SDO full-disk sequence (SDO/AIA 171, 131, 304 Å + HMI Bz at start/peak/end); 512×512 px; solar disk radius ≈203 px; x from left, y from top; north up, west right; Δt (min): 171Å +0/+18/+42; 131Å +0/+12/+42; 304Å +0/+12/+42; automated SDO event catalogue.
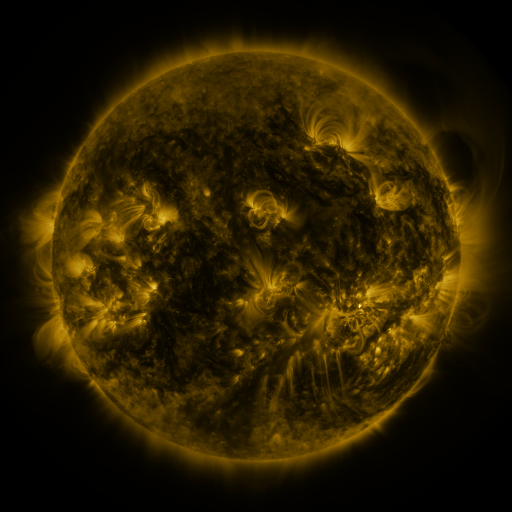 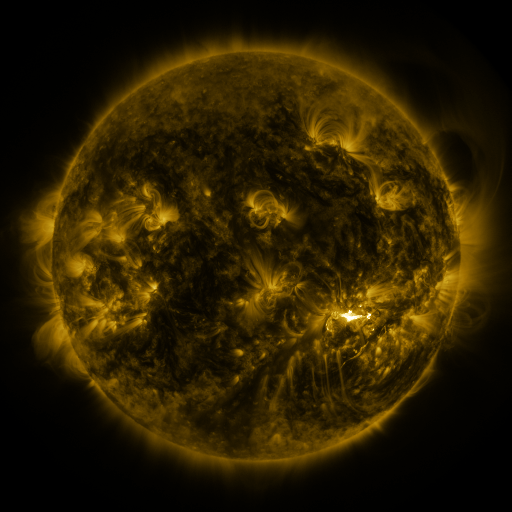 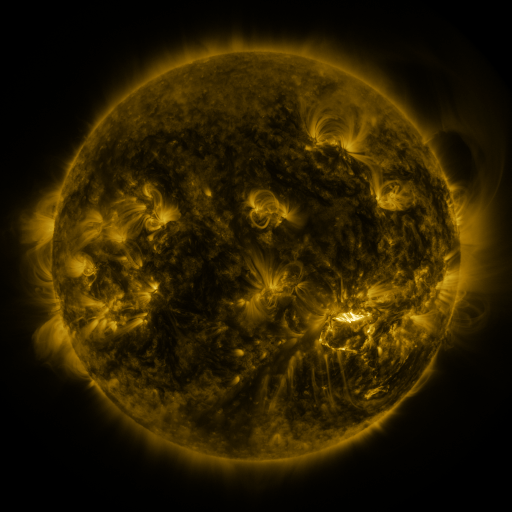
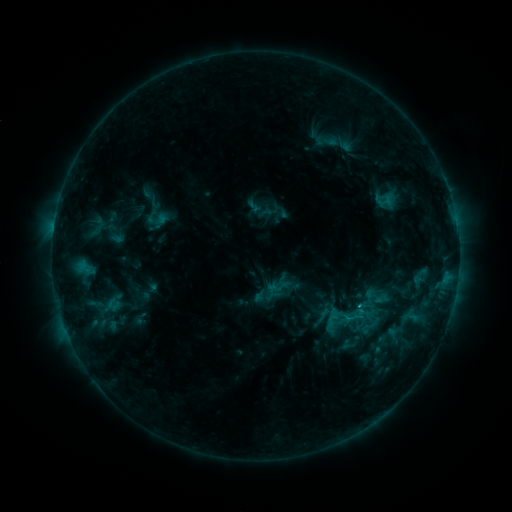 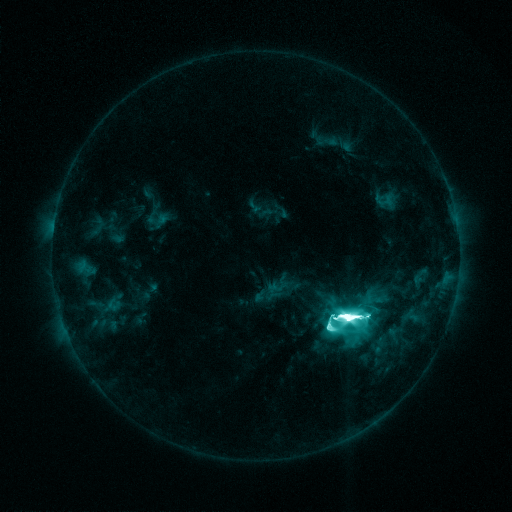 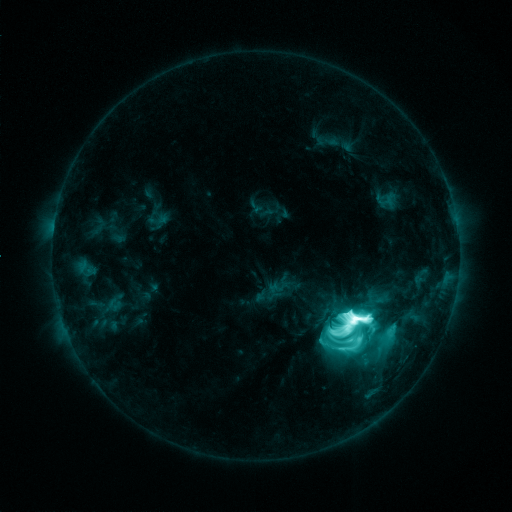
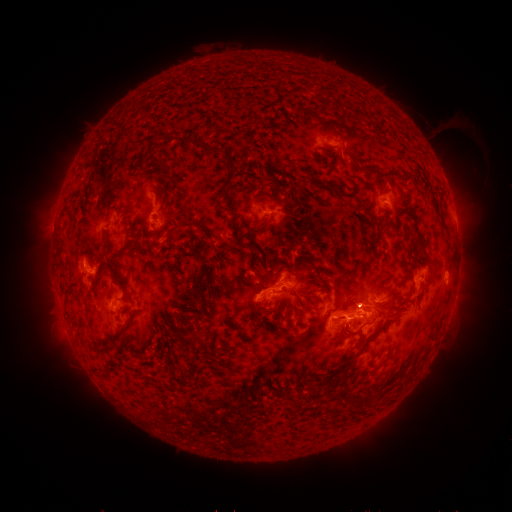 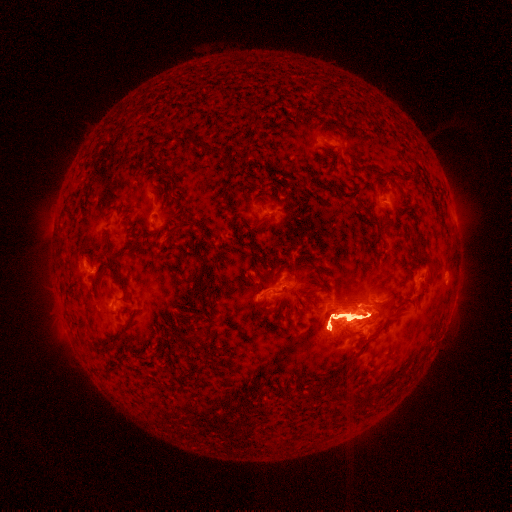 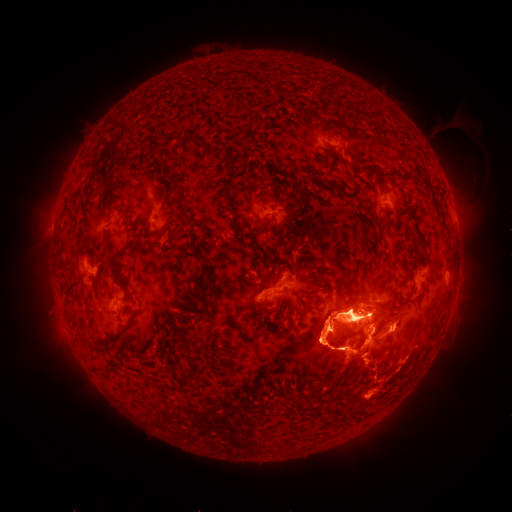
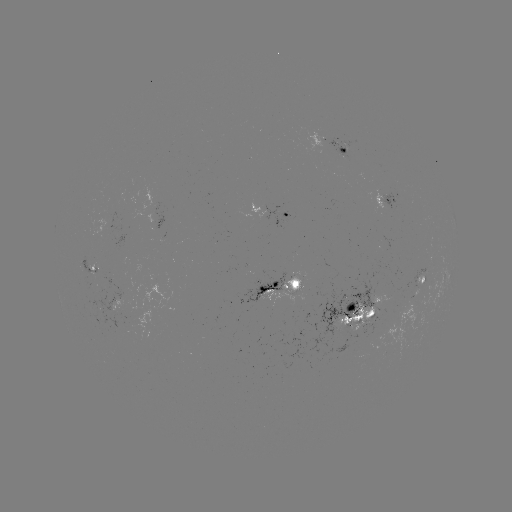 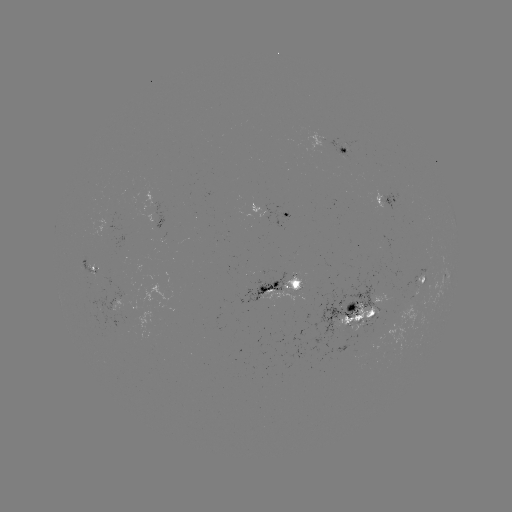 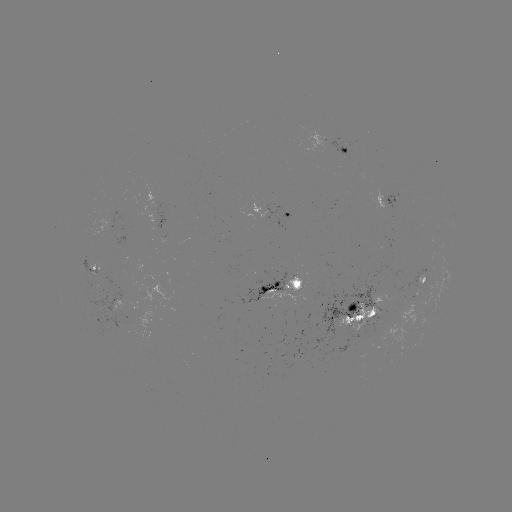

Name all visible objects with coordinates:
X1.8 flare: (350, 314)
